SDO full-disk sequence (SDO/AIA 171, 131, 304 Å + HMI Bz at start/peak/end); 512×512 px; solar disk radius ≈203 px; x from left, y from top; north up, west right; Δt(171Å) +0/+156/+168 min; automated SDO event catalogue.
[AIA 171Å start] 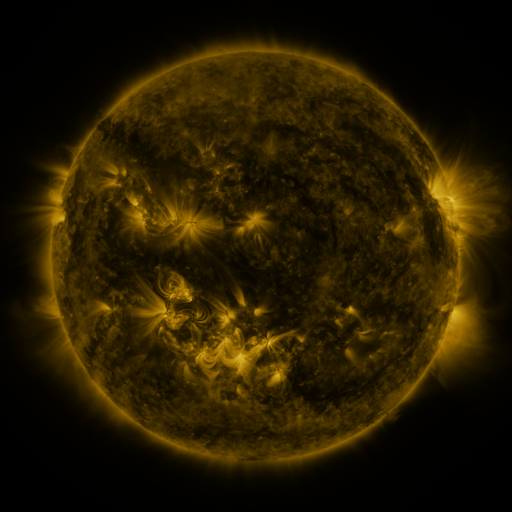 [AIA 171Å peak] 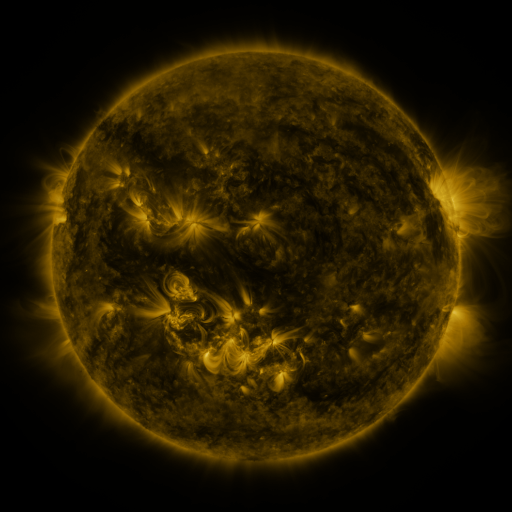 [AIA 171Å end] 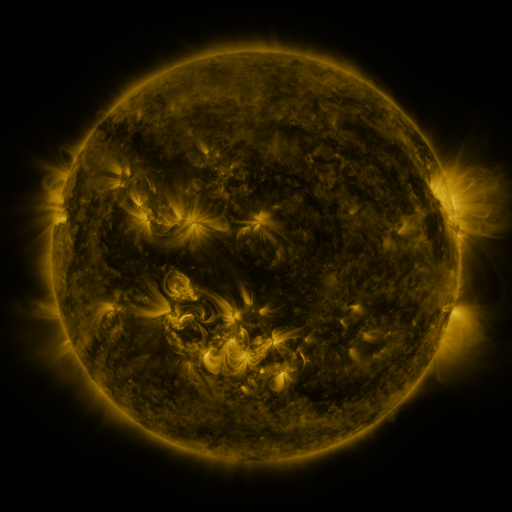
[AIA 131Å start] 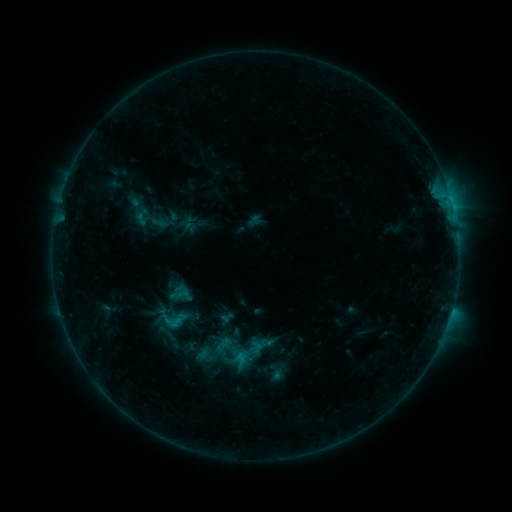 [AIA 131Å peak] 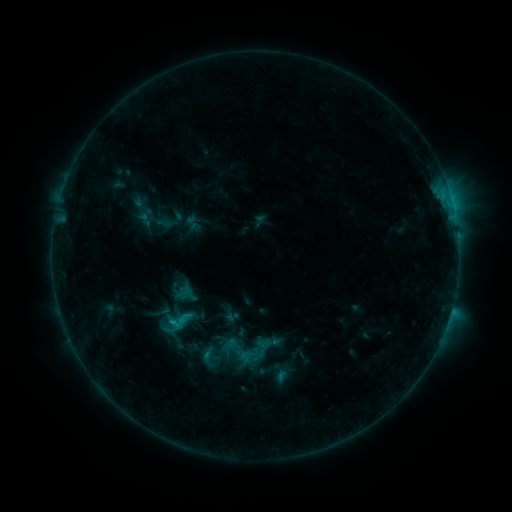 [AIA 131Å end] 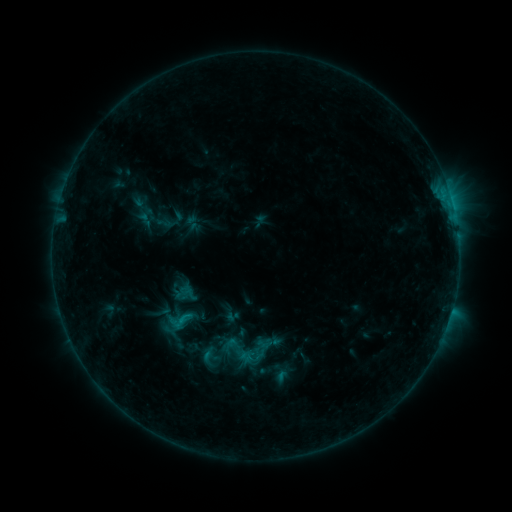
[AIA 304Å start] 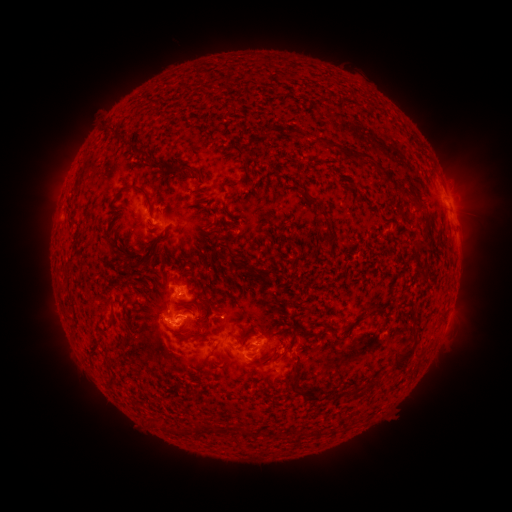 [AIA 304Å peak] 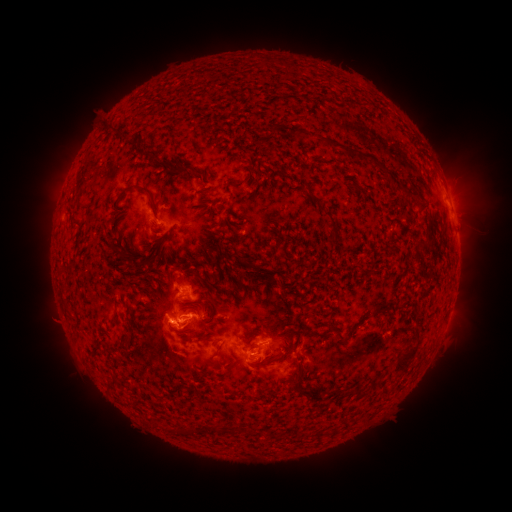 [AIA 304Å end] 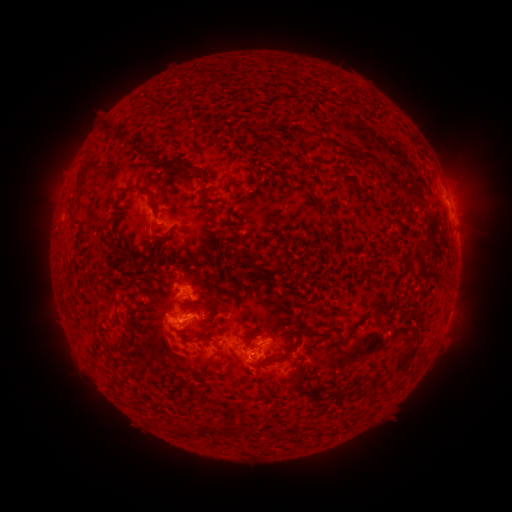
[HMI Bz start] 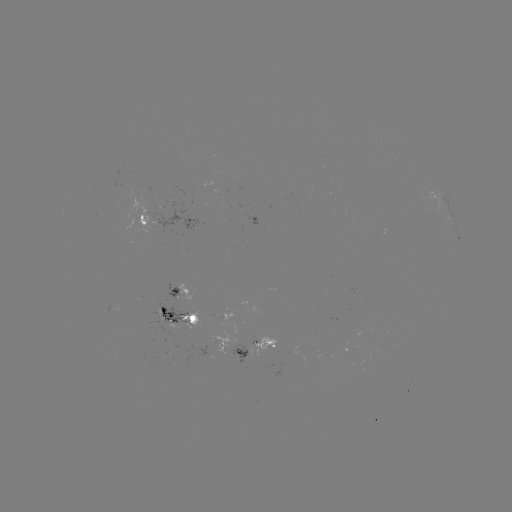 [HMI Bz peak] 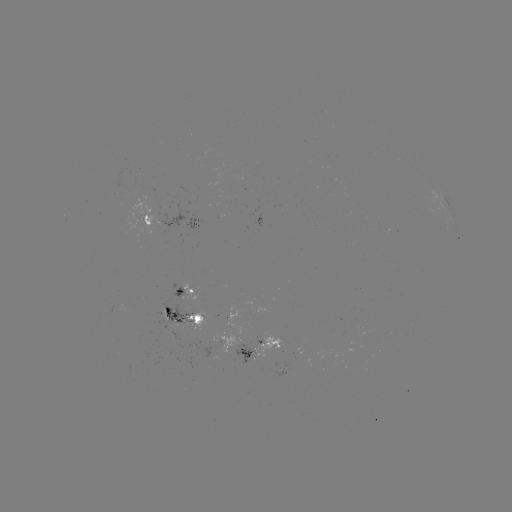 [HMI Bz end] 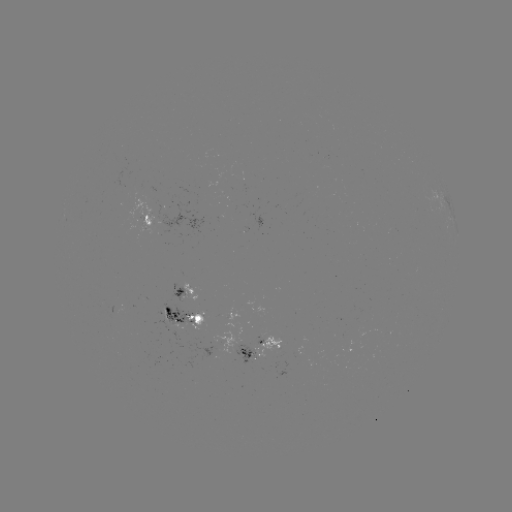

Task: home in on emerging-flux region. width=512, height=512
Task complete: [249, 355].